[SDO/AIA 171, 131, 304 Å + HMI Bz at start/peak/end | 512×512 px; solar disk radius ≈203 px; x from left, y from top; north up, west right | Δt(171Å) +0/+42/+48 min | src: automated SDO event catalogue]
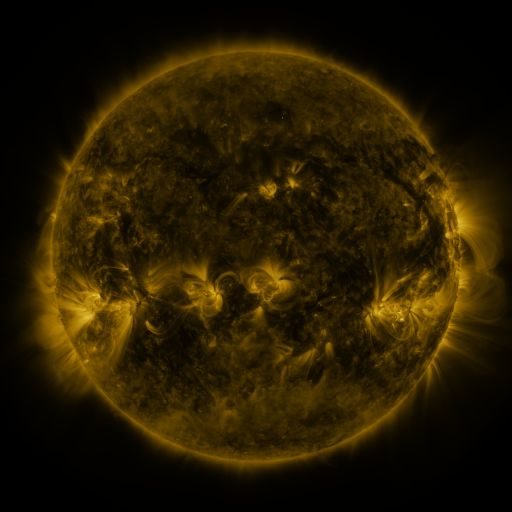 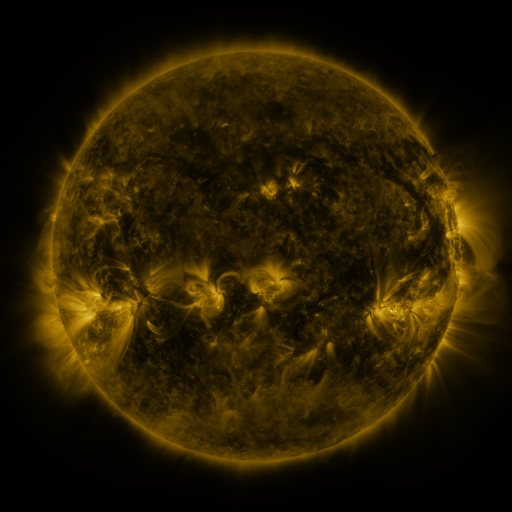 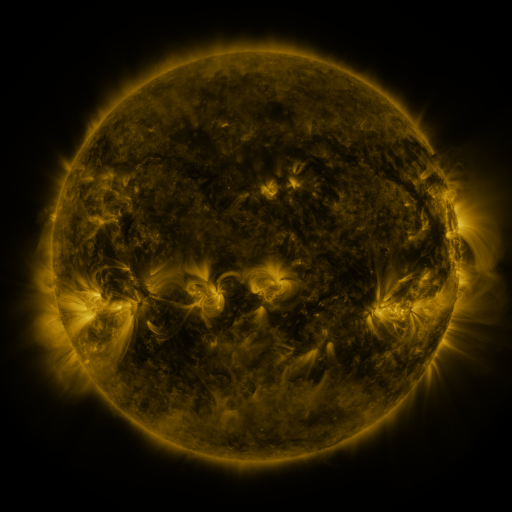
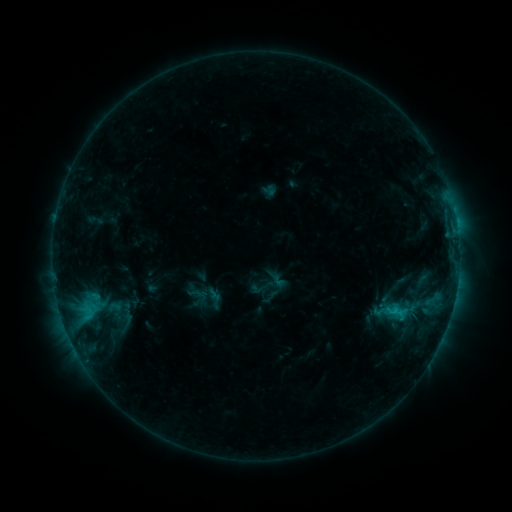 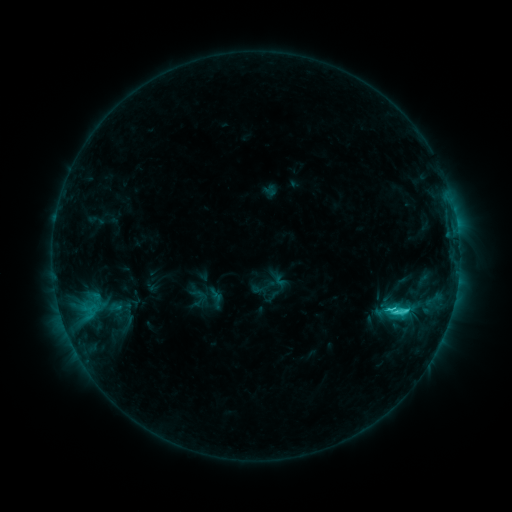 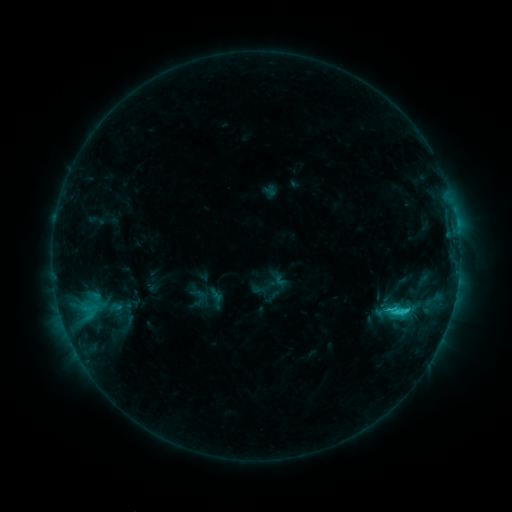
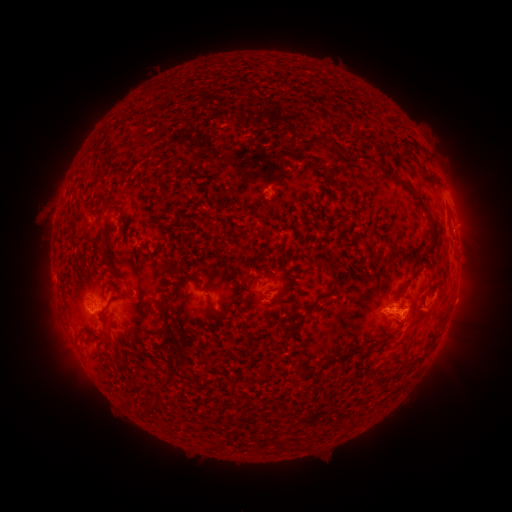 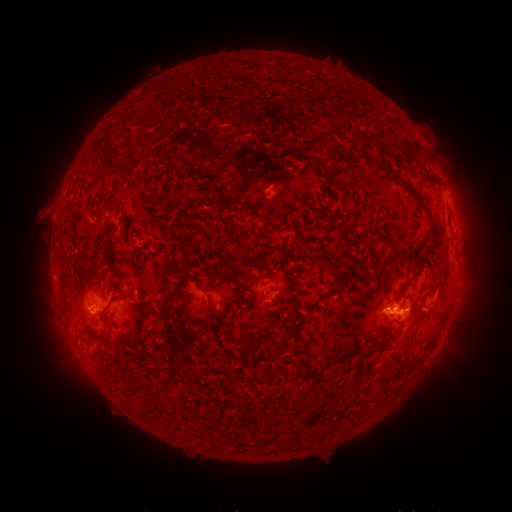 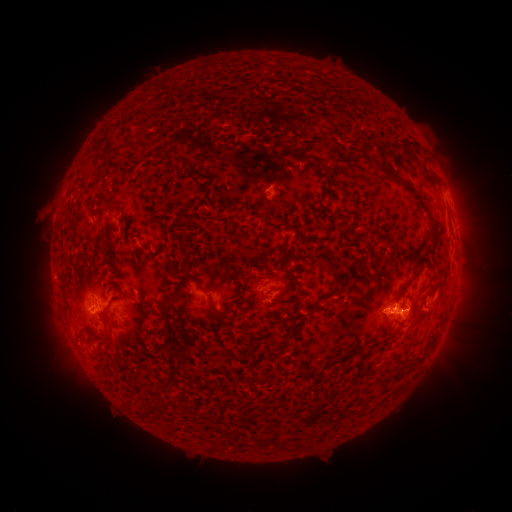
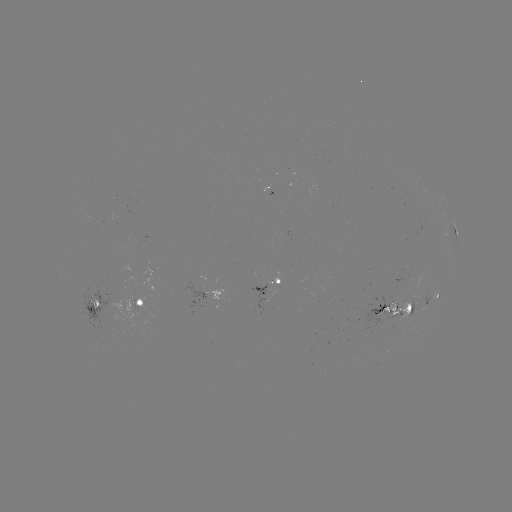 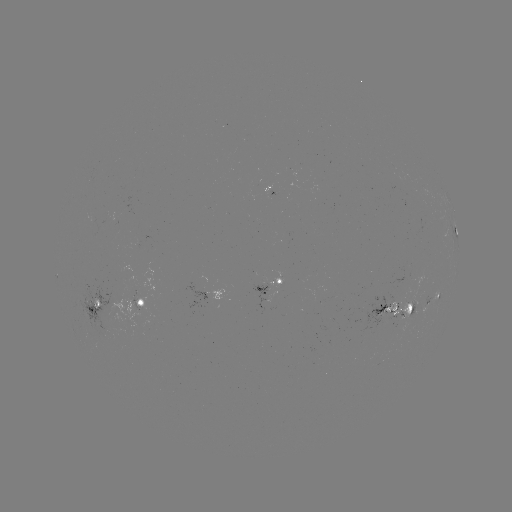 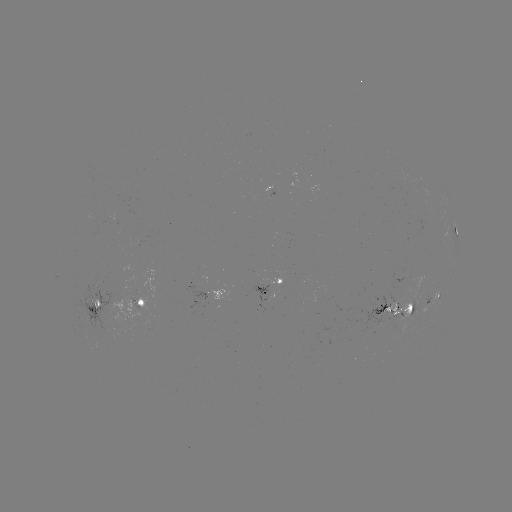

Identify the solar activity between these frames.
C3.2 flare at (55, 230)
